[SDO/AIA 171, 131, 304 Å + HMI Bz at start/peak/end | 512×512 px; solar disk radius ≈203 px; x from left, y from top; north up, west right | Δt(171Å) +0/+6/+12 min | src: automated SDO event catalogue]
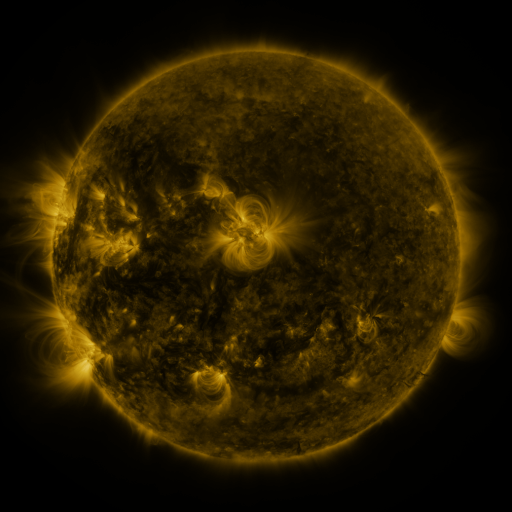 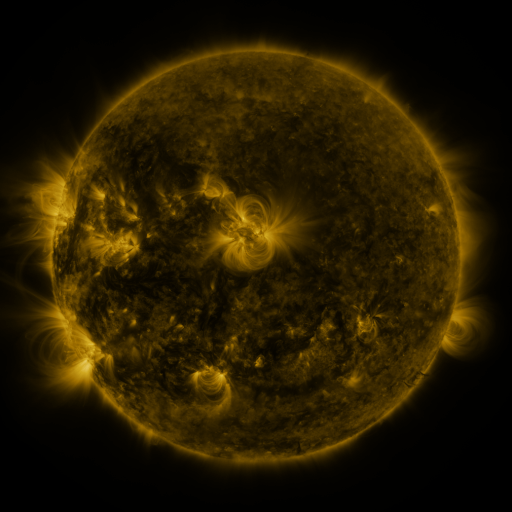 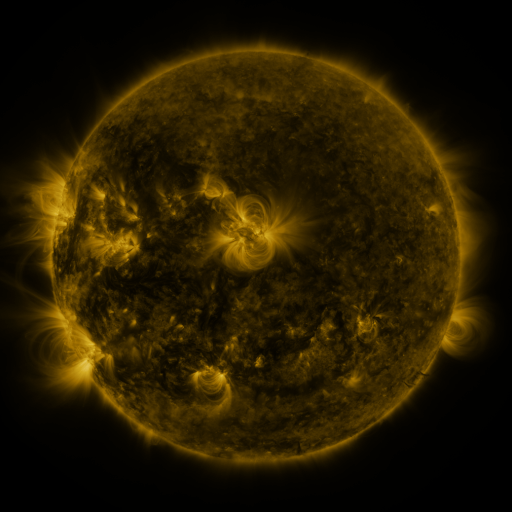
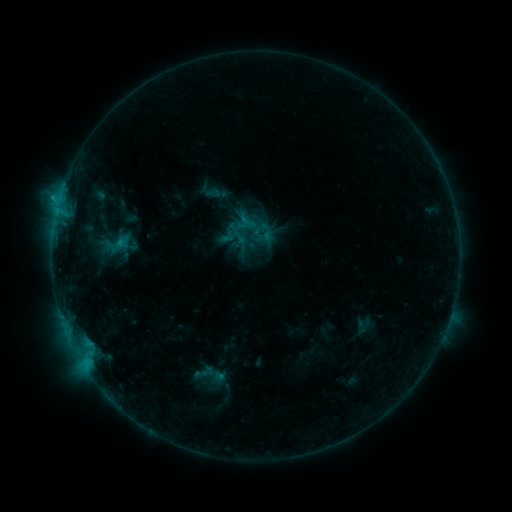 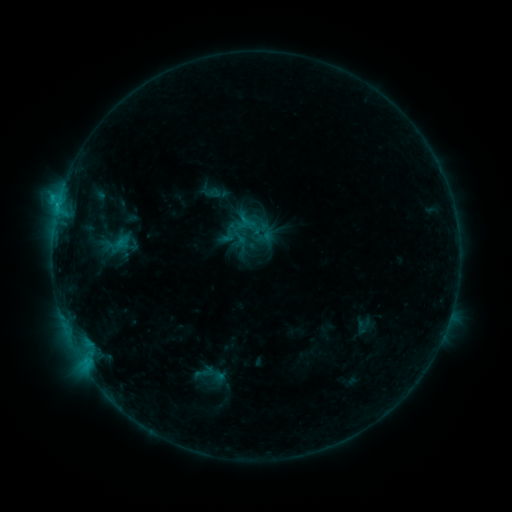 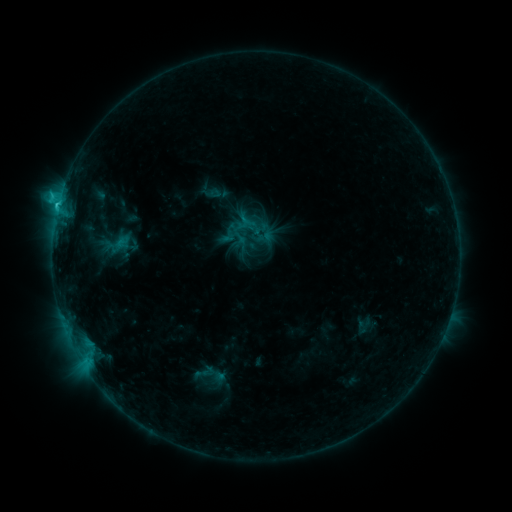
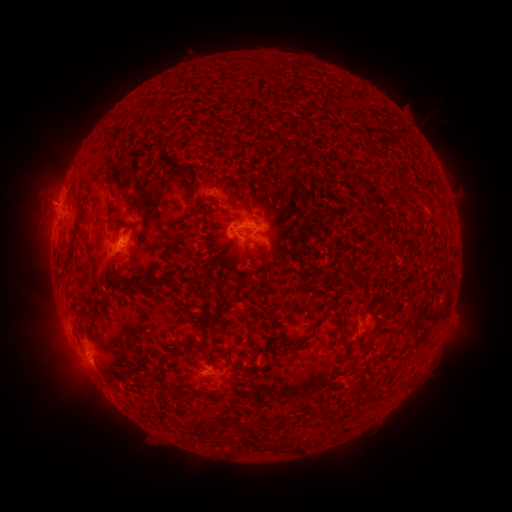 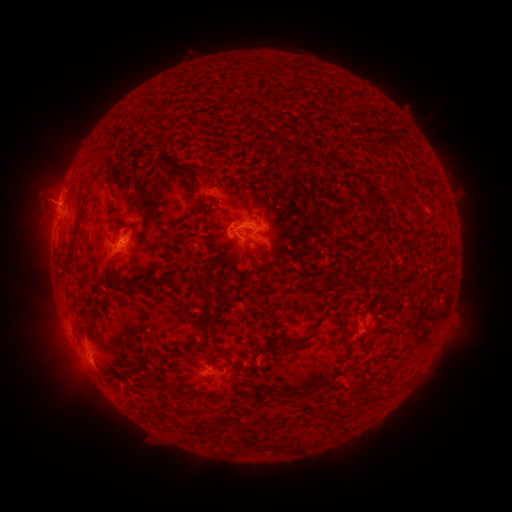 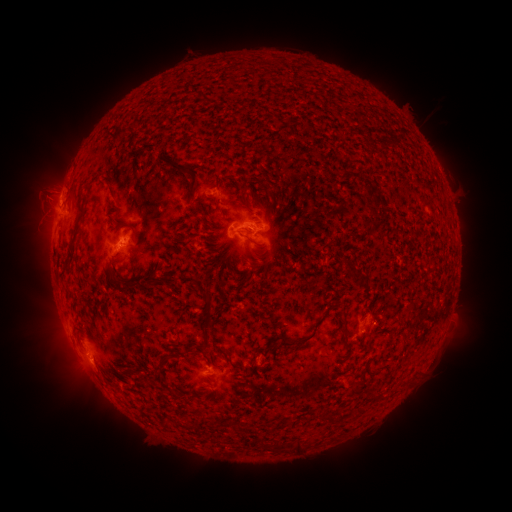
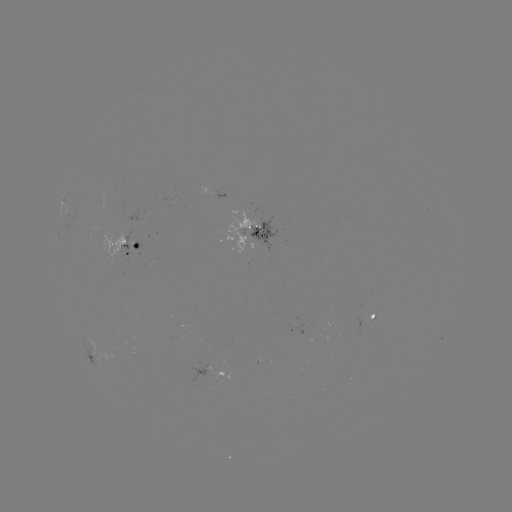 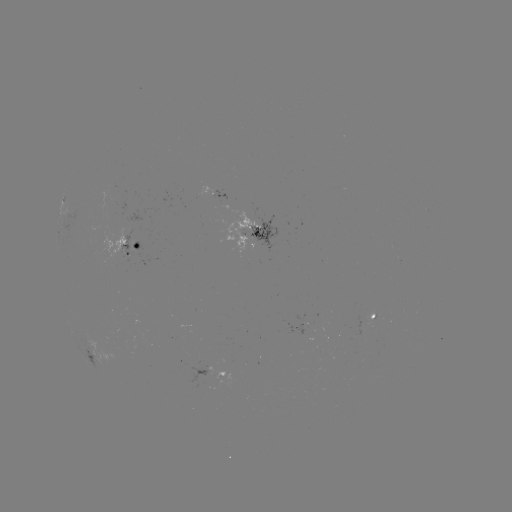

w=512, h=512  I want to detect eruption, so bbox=[13, 175, 73, 225].